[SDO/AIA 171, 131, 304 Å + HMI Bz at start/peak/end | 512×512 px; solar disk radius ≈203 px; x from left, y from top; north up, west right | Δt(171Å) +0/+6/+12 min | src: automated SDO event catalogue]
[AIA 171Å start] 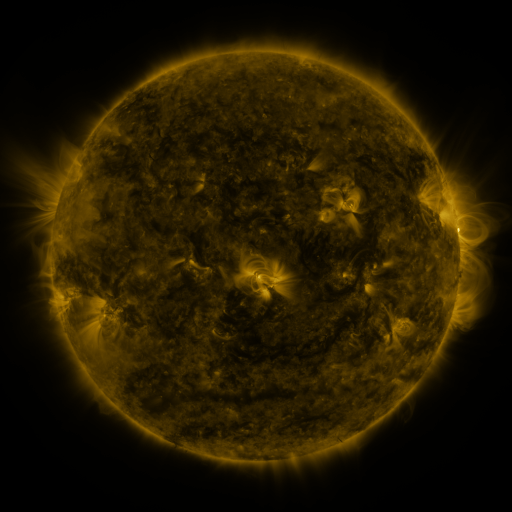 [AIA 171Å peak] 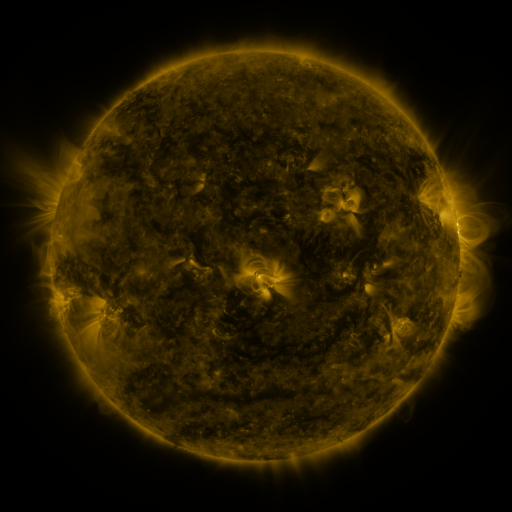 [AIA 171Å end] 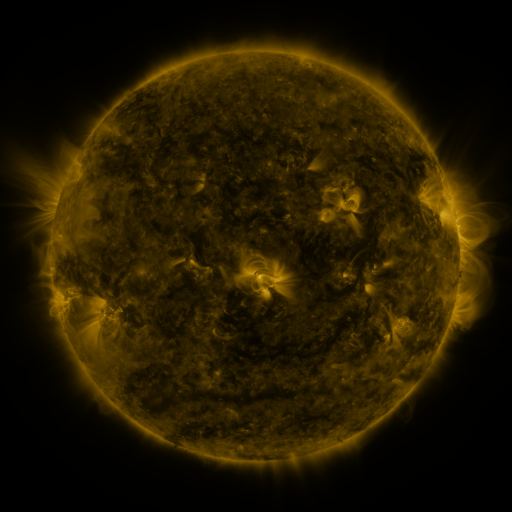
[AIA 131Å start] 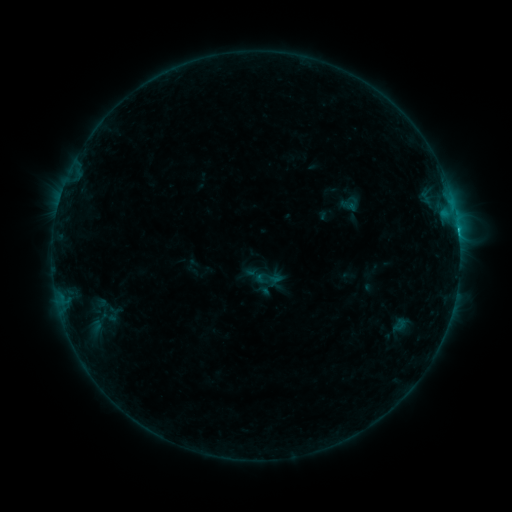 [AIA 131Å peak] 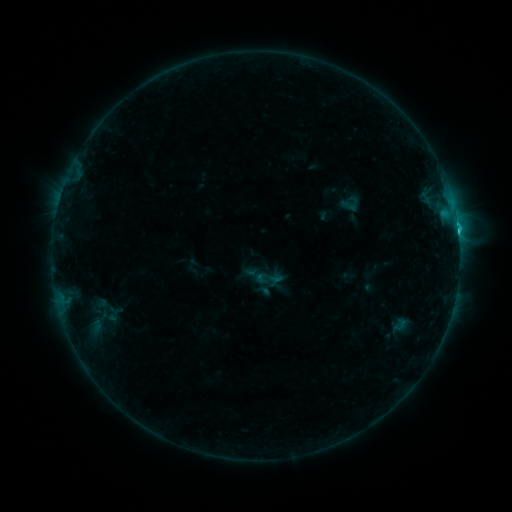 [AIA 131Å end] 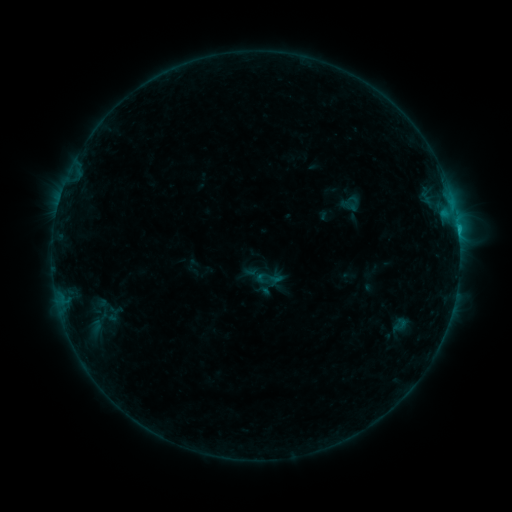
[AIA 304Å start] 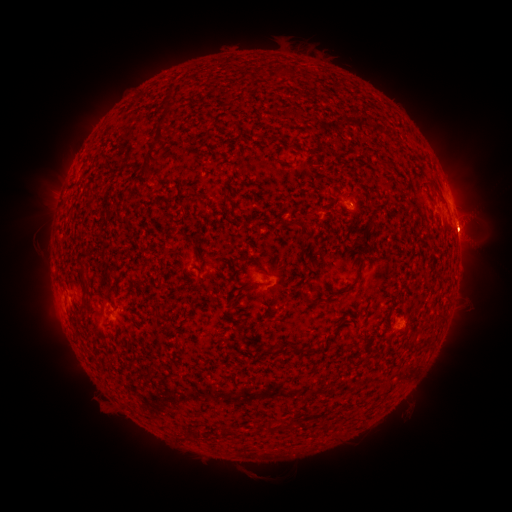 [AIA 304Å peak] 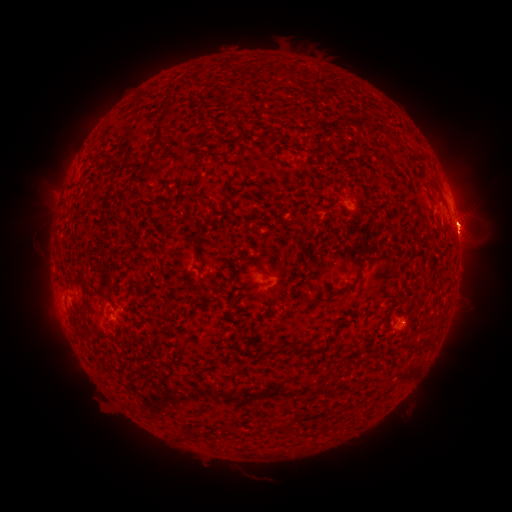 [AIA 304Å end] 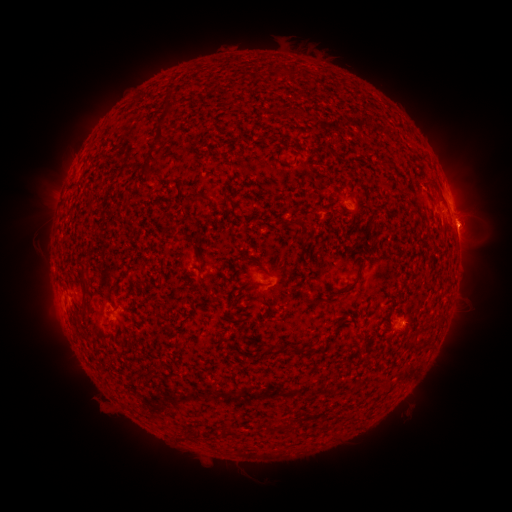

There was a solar flare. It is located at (457, 230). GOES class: C1.3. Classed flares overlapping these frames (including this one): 1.